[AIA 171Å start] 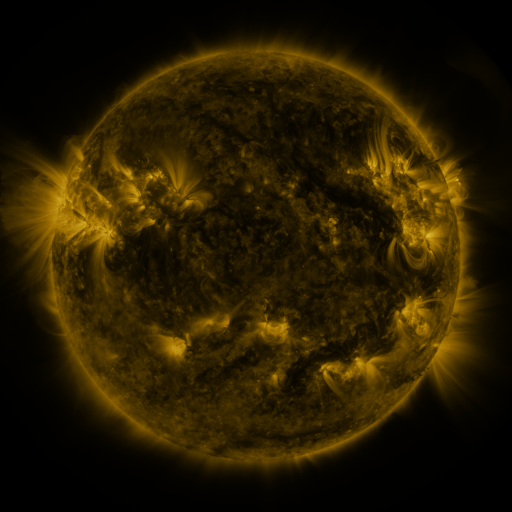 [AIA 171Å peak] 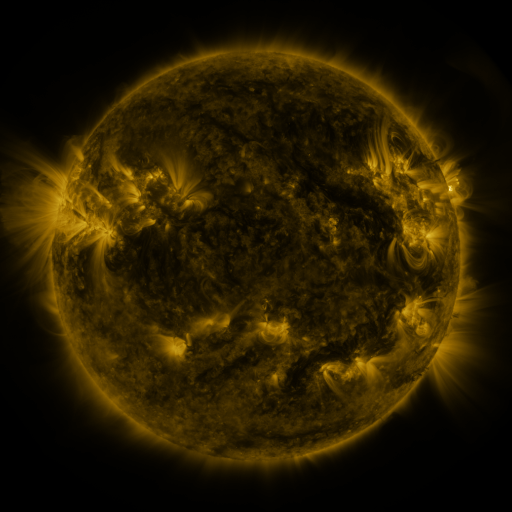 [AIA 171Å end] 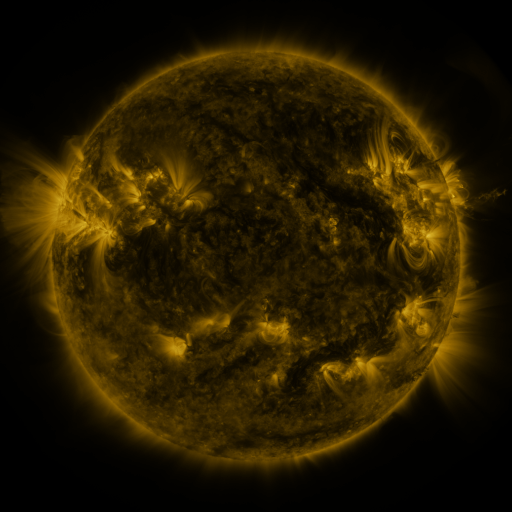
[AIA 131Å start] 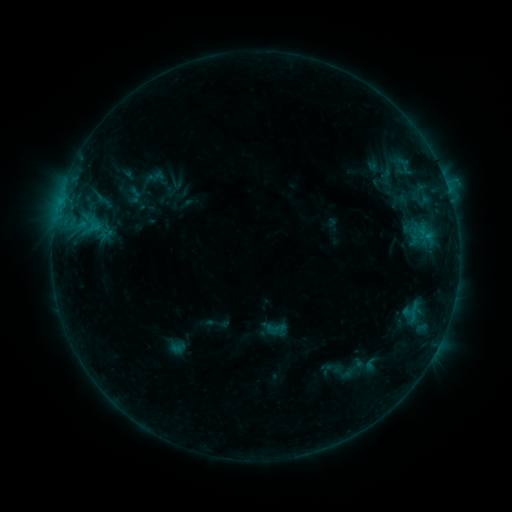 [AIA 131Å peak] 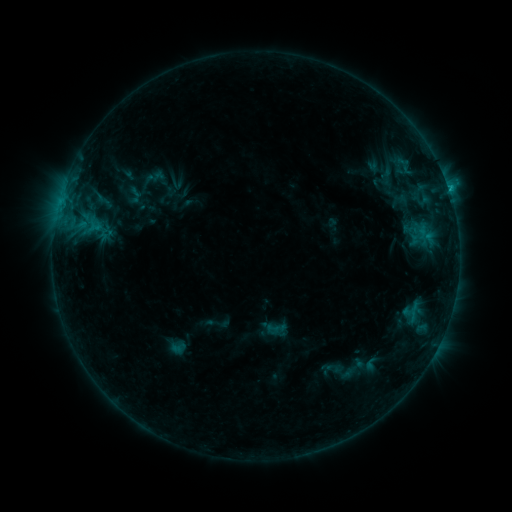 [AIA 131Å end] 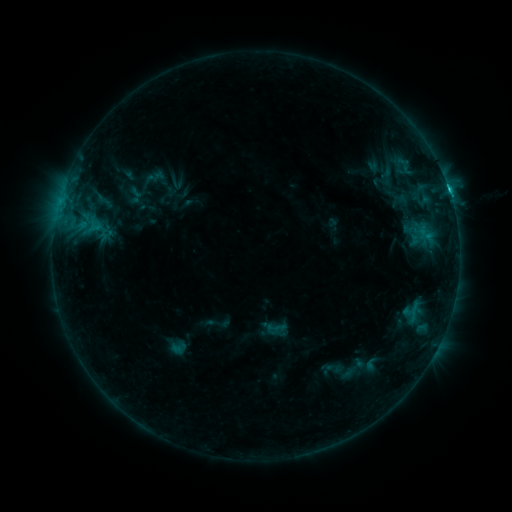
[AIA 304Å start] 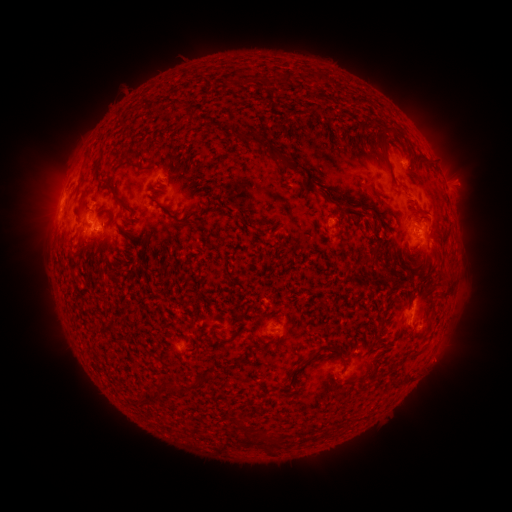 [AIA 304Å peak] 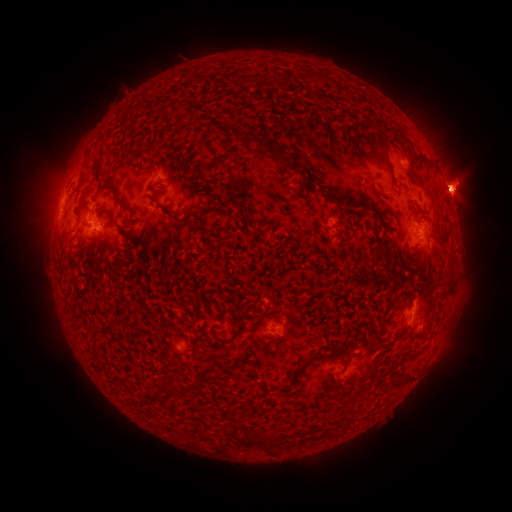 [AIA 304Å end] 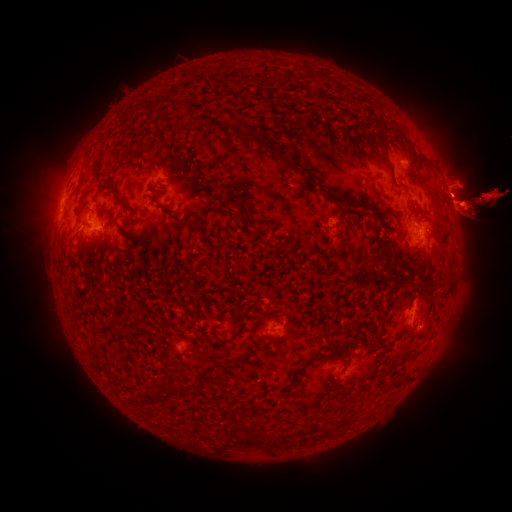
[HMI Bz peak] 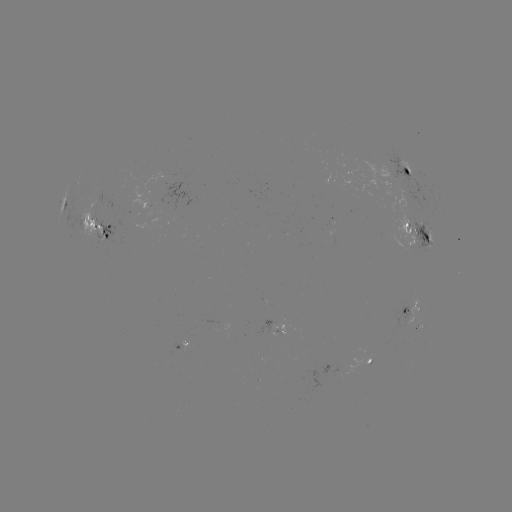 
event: eruption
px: (460, 314)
